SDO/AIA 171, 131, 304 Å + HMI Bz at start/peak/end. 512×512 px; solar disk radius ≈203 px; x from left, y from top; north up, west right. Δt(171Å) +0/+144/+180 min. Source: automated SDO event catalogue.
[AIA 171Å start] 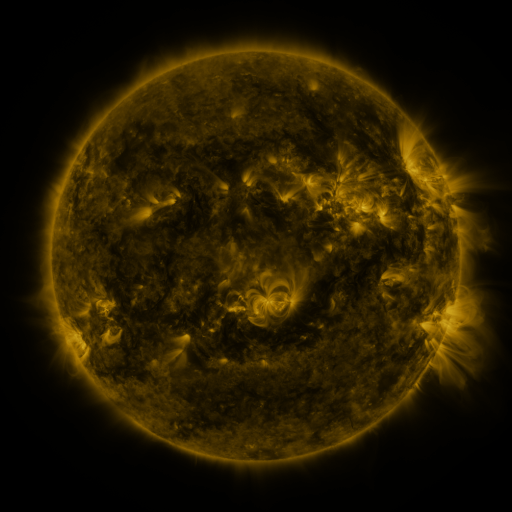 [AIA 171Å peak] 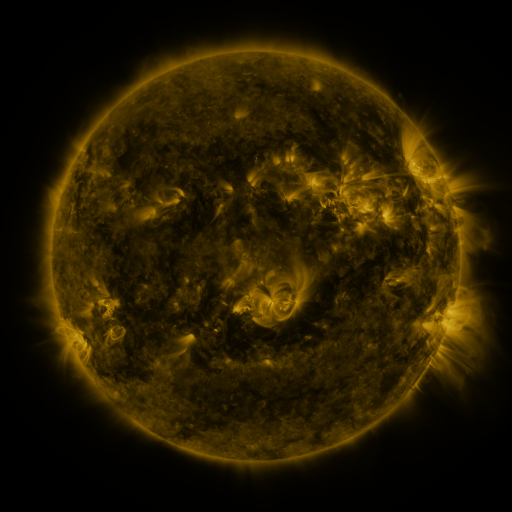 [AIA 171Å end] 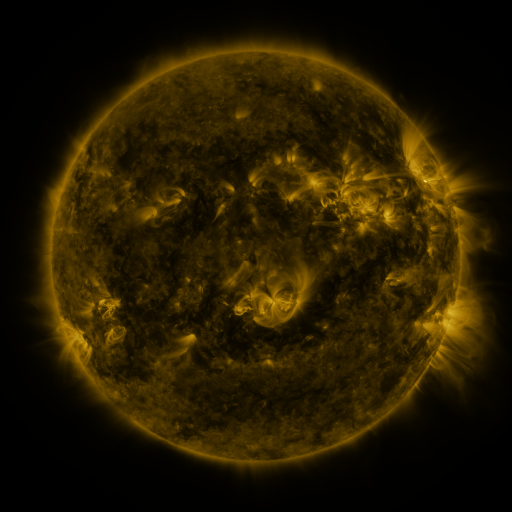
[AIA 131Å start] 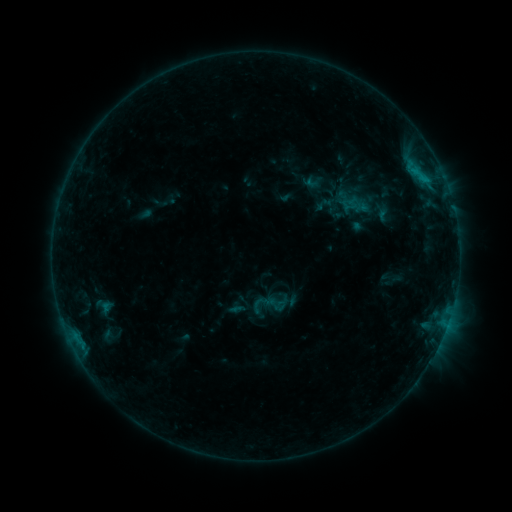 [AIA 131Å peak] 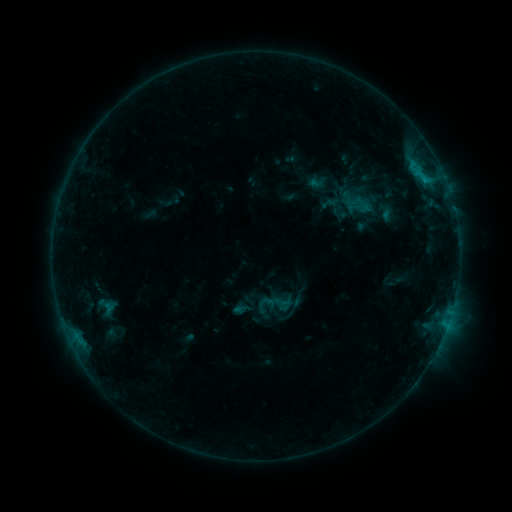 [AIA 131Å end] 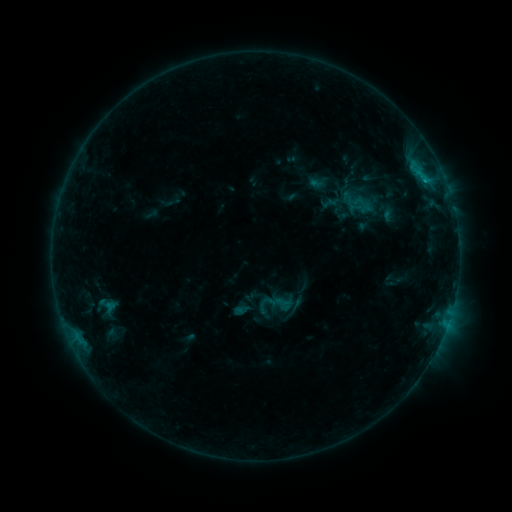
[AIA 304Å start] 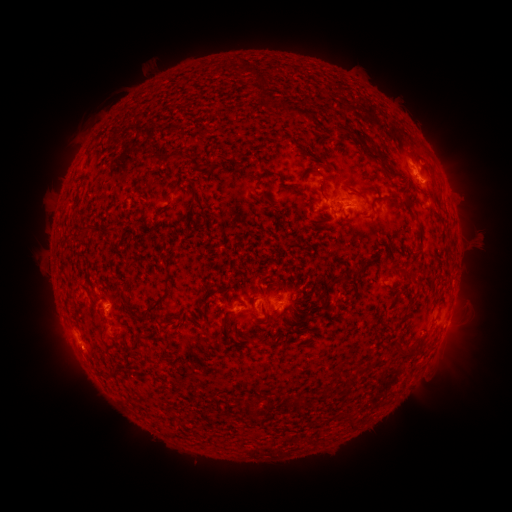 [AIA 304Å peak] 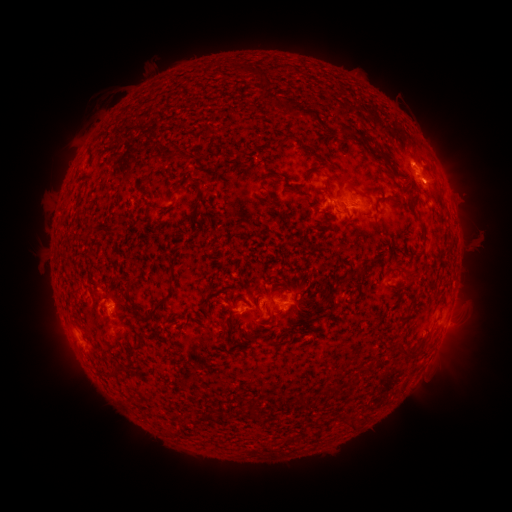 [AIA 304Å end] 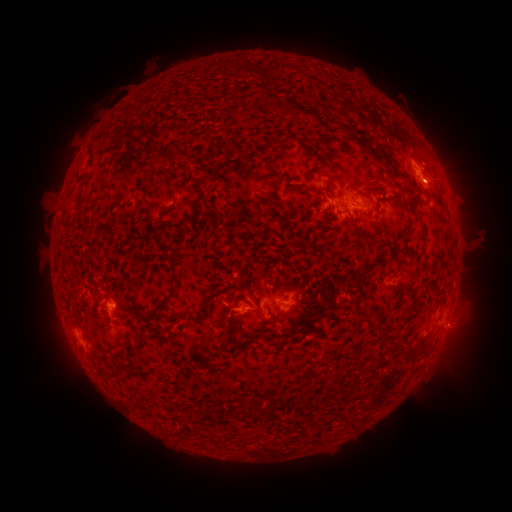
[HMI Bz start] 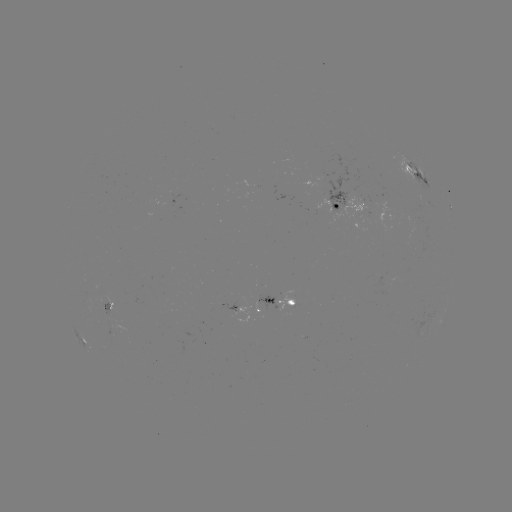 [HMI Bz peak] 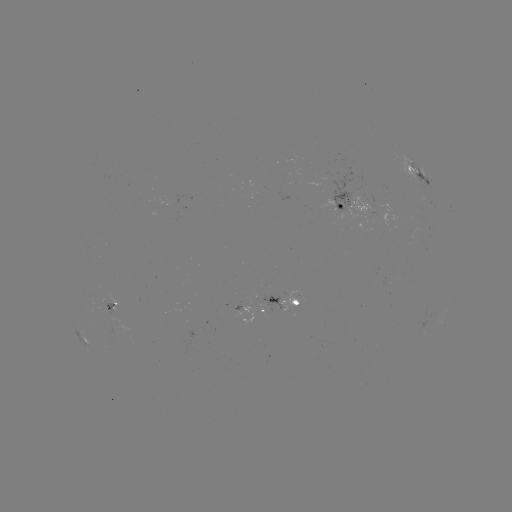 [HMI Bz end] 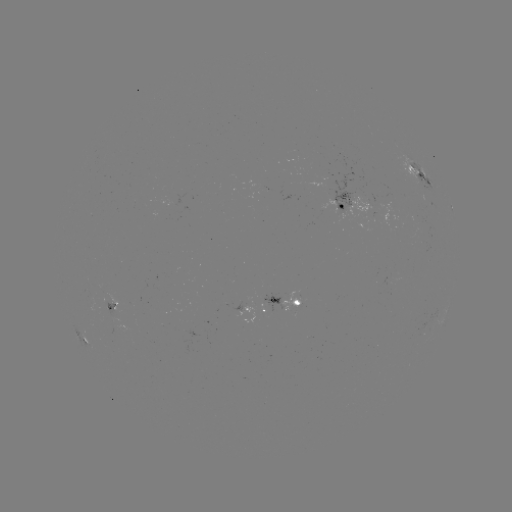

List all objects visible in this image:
emerging-flux region: (113, 313)
